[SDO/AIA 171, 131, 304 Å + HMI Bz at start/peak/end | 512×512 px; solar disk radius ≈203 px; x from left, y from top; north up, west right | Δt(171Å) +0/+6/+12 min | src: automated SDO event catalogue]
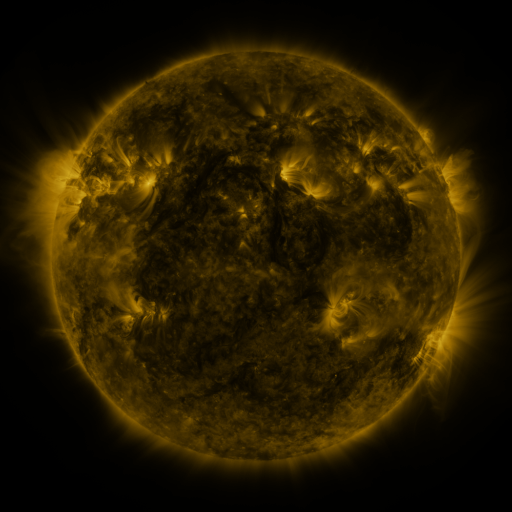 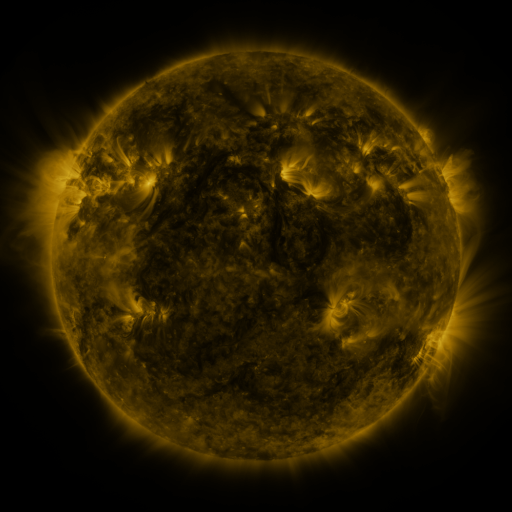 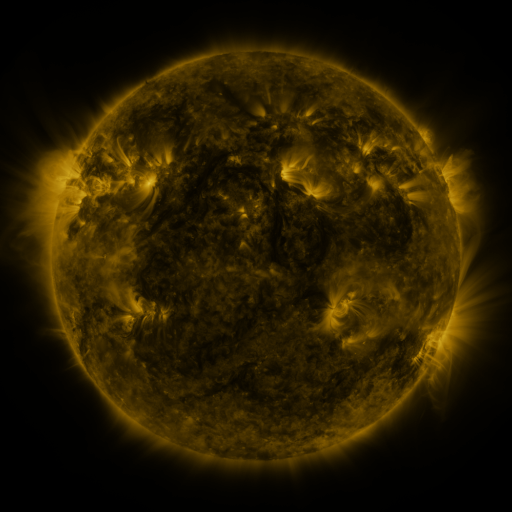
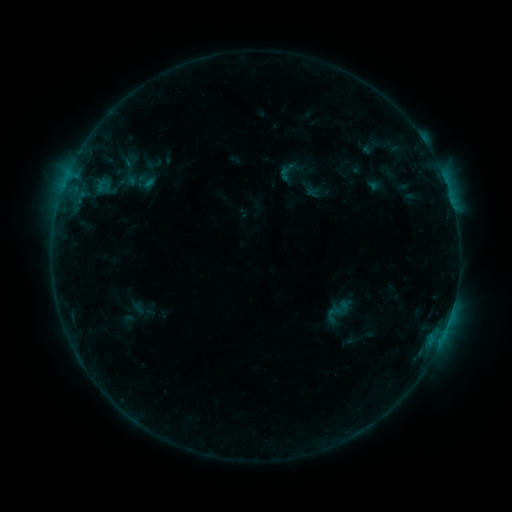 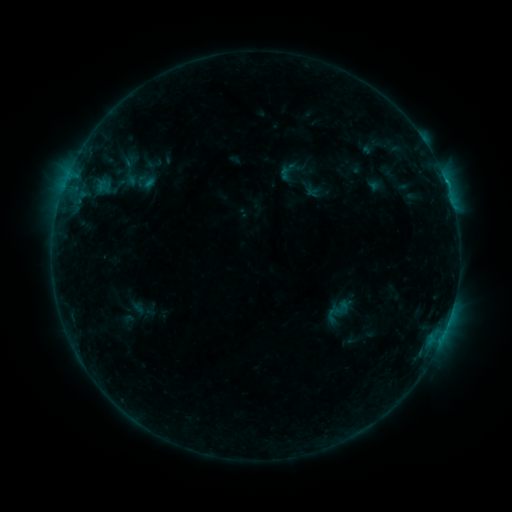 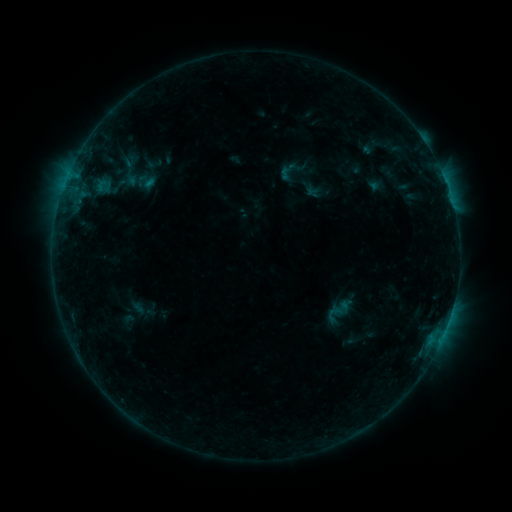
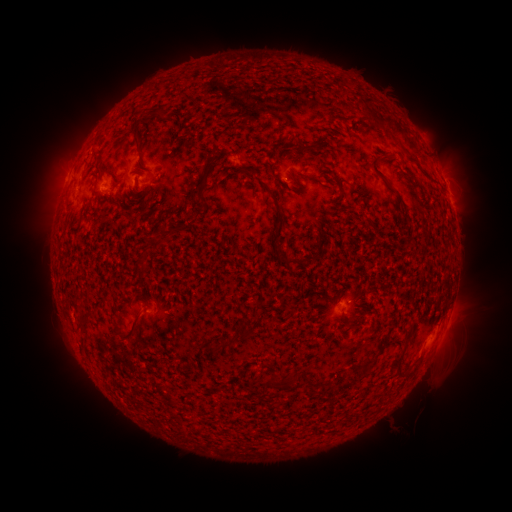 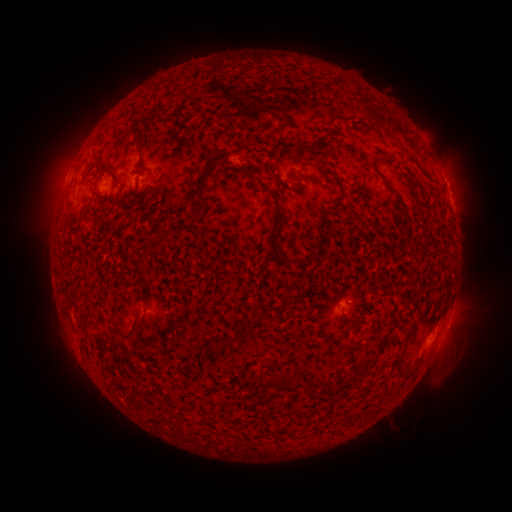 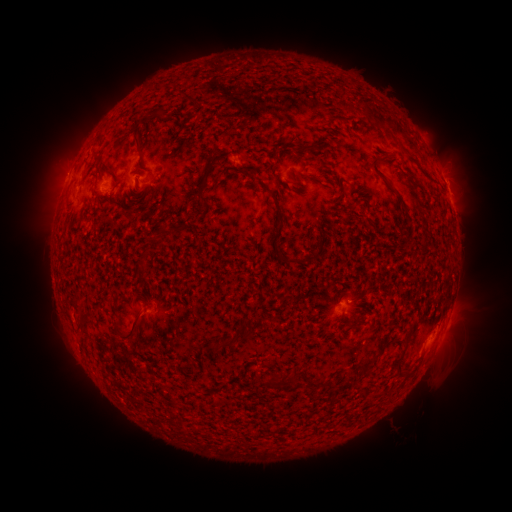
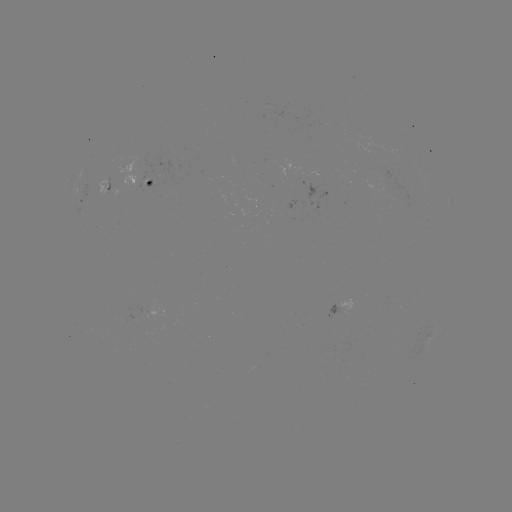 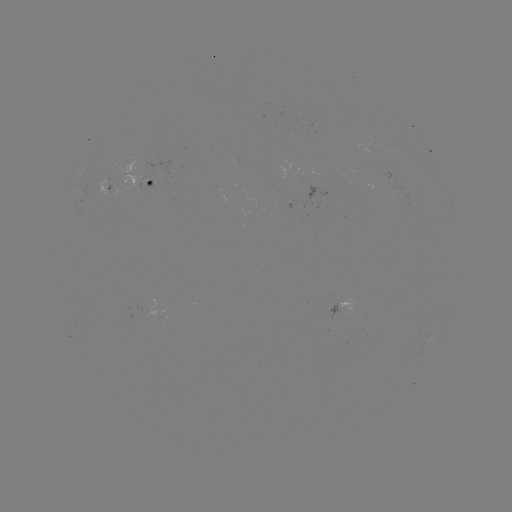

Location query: B4.7 flare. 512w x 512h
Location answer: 283,179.